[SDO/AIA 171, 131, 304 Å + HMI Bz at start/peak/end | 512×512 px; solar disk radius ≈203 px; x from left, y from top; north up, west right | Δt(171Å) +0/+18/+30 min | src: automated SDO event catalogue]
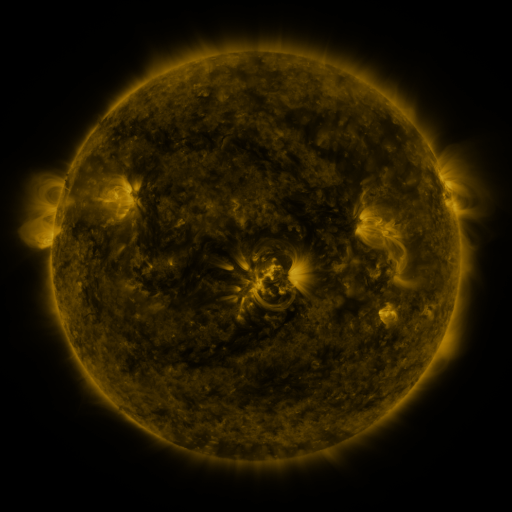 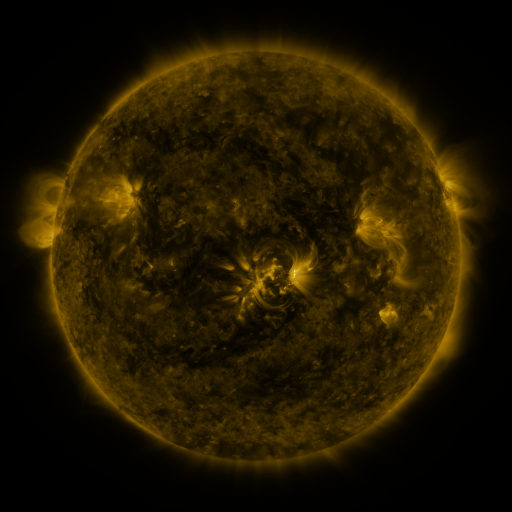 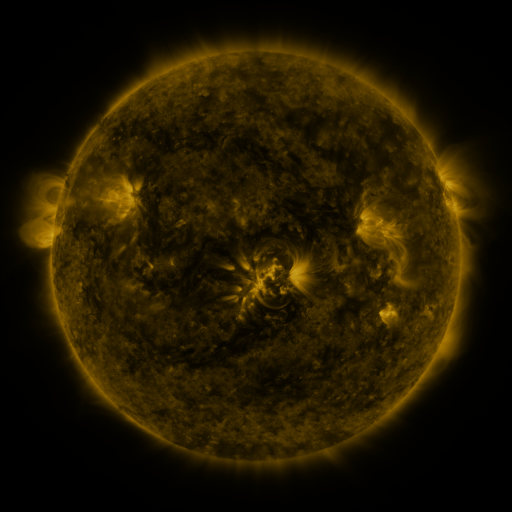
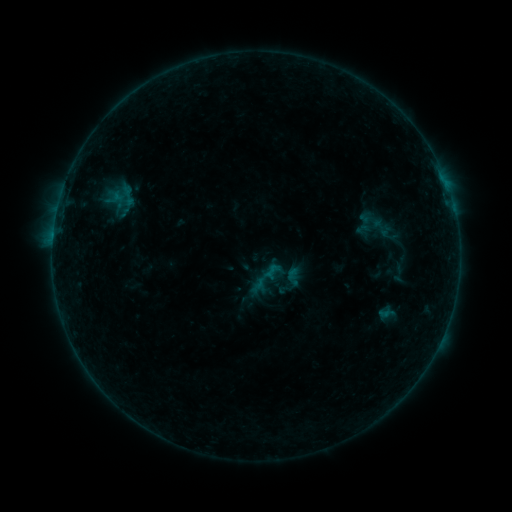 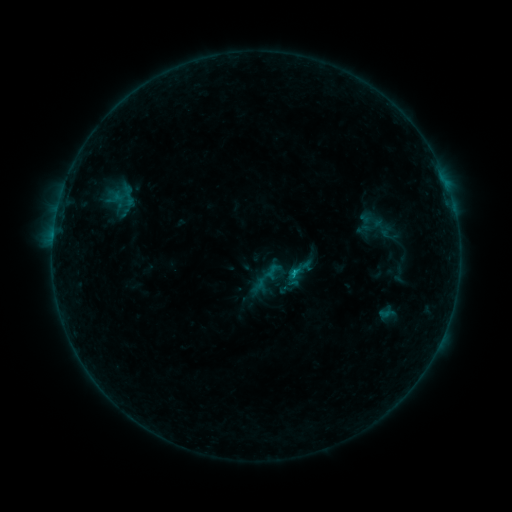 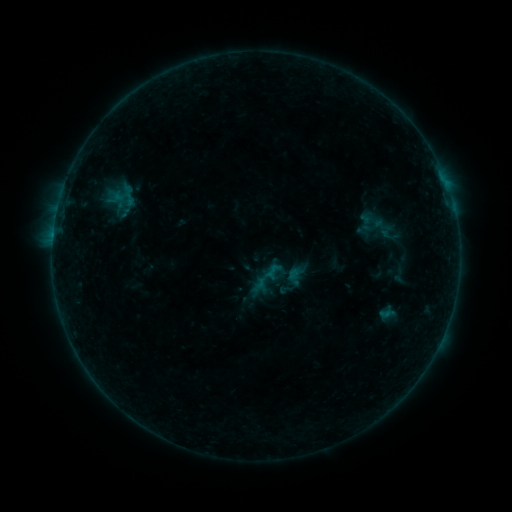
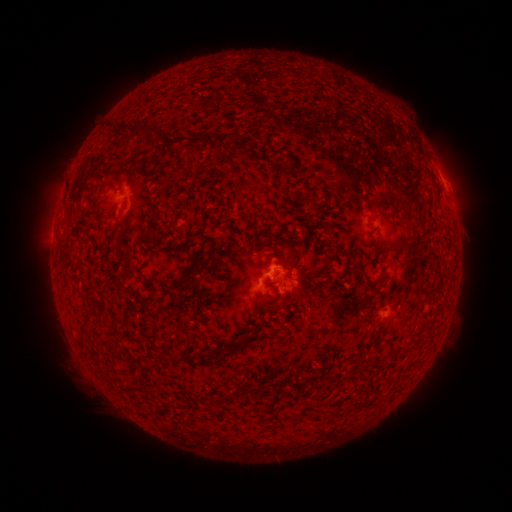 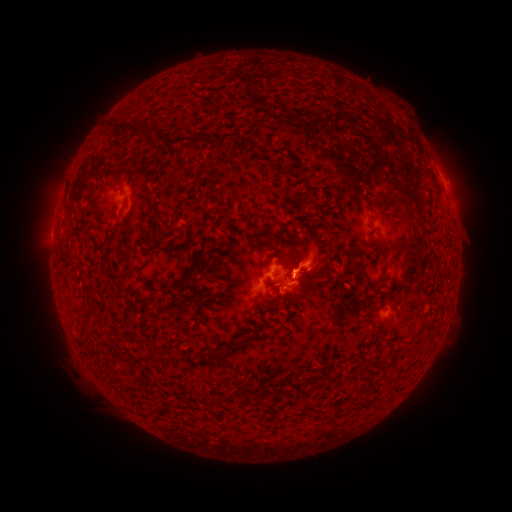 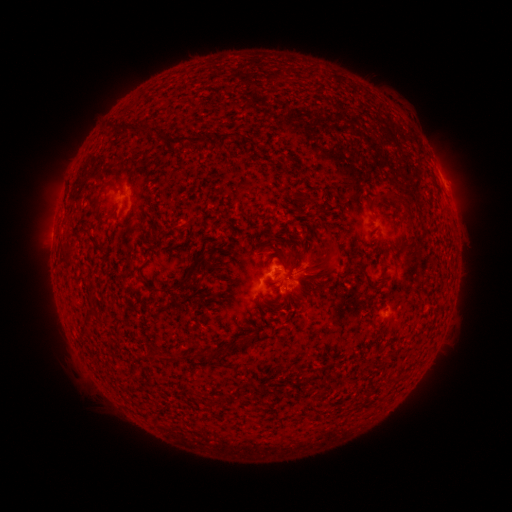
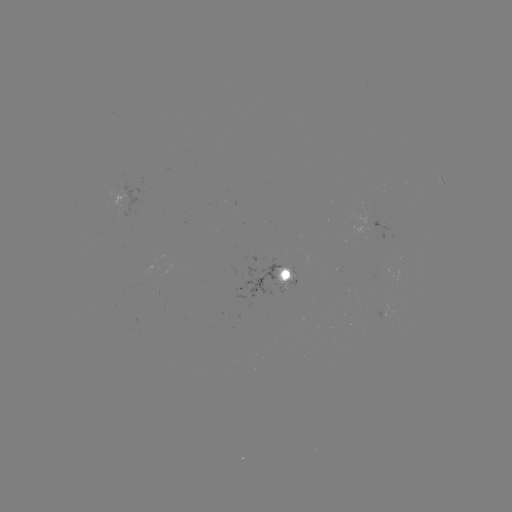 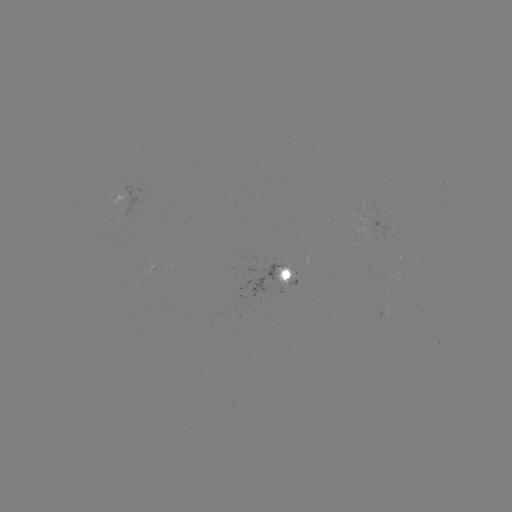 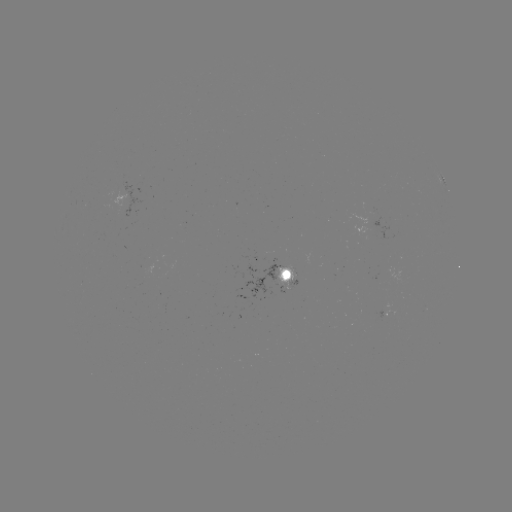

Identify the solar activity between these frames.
eruption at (312, 258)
